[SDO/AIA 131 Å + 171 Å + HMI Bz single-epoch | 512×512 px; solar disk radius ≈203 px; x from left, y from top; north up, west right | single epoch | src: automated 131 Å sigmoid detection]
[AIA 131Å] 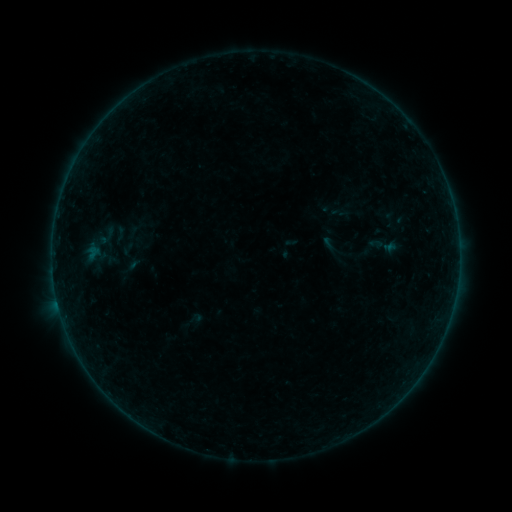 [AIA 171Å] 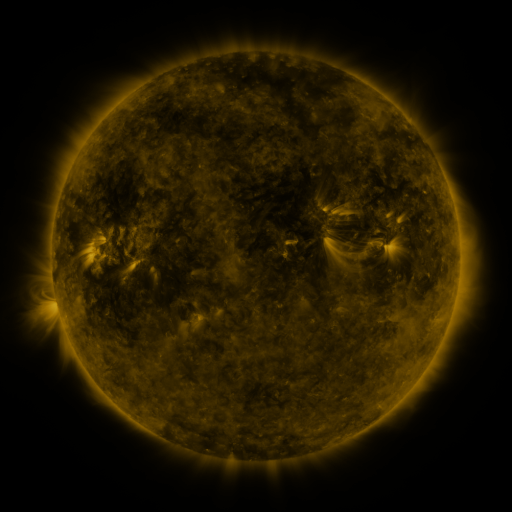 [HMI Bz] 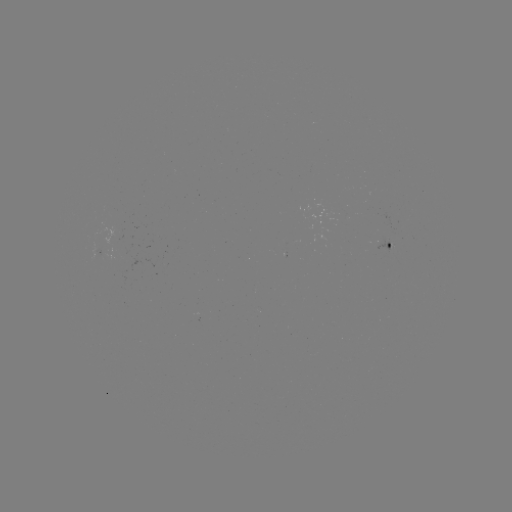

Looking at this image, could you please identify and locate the sigmoid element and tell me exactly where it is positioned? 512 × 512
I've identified sigmoid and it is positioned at [385, 246].